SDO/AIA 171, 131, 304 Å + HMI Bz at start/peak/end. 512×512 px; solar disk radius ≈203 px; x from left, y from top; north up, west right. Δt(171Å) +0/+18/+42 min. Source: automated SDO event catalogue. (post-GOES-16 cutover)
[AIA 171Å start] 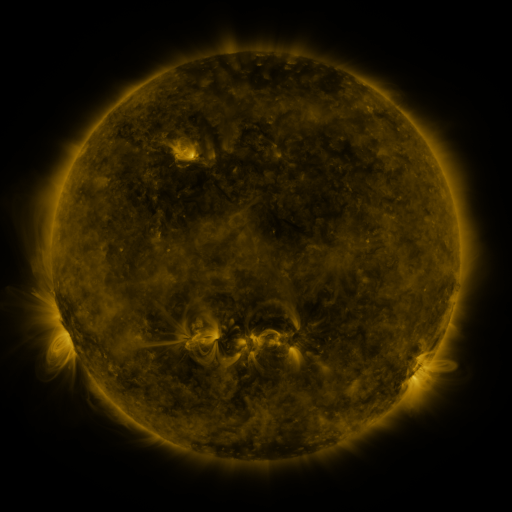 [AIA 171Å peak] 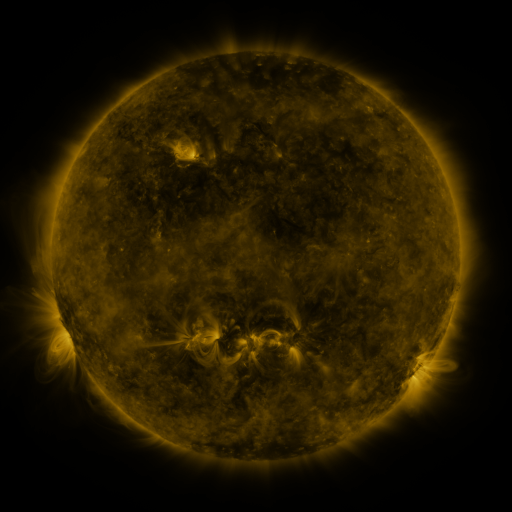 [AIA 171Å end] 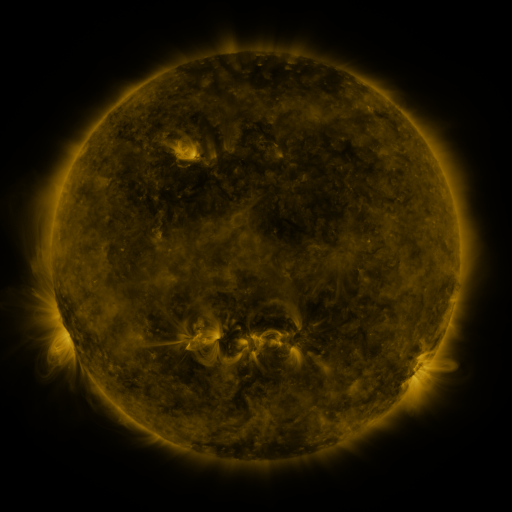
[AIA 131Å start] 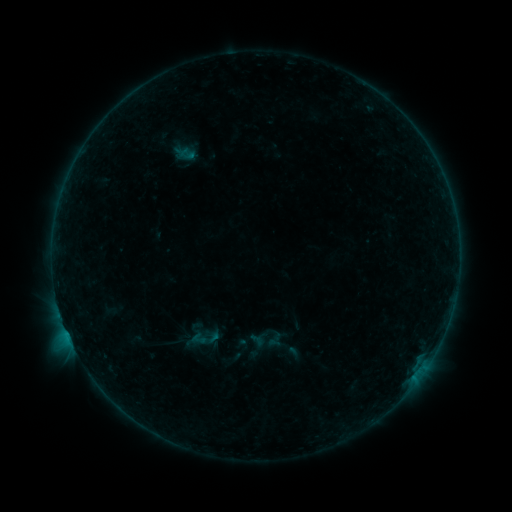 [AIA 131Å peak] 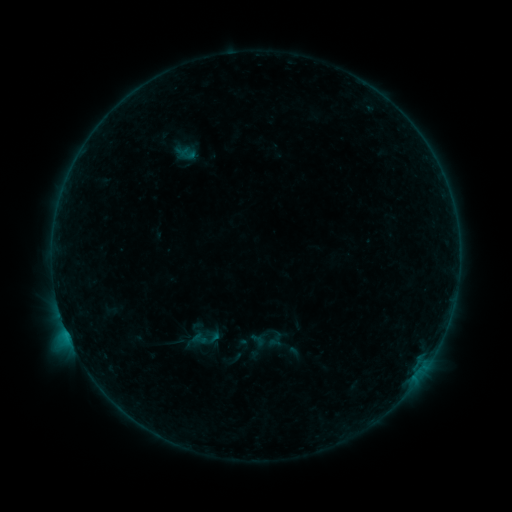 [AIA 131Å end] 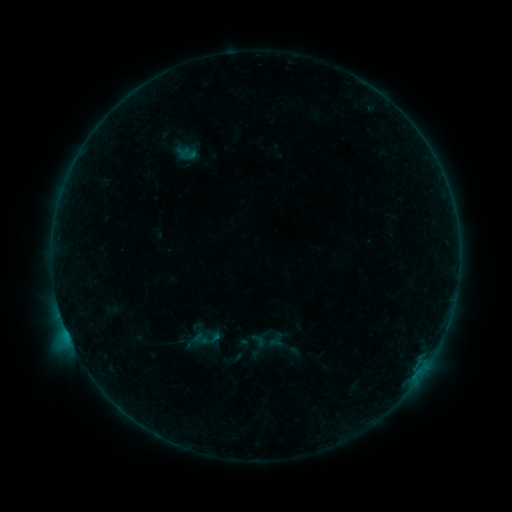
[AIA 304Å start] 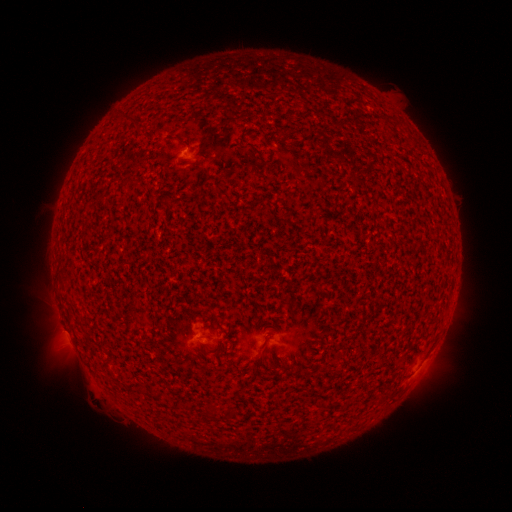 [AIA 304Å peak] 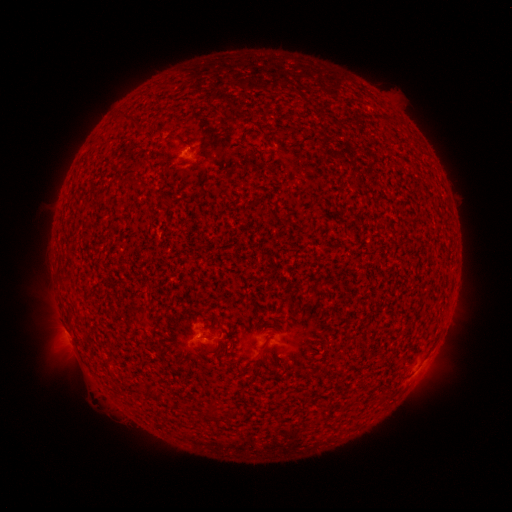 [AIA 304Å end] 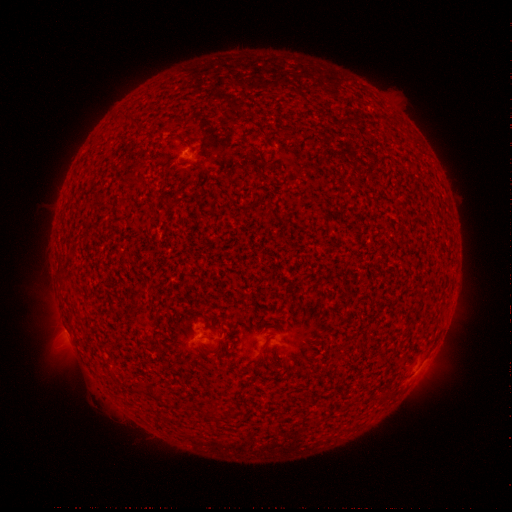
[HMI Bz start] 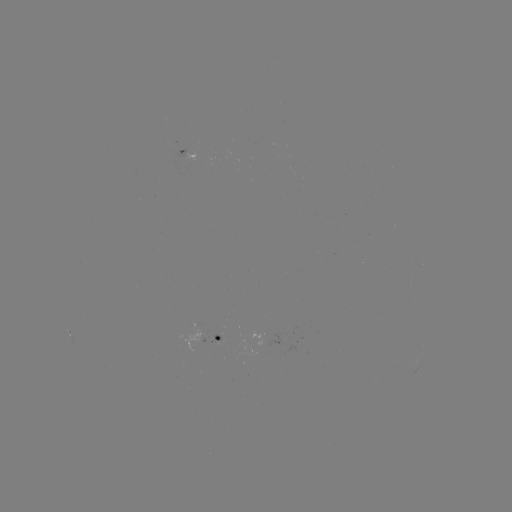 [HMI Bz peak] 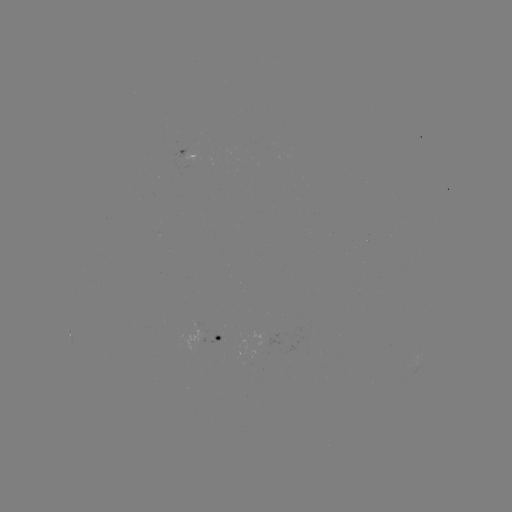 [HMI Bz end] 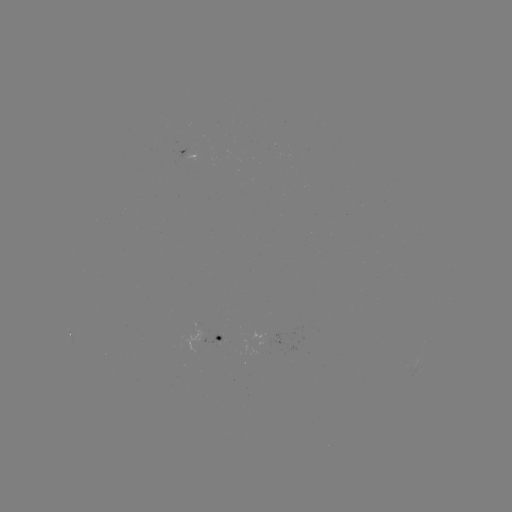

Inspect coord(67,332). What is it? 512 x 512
B6.0 flare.